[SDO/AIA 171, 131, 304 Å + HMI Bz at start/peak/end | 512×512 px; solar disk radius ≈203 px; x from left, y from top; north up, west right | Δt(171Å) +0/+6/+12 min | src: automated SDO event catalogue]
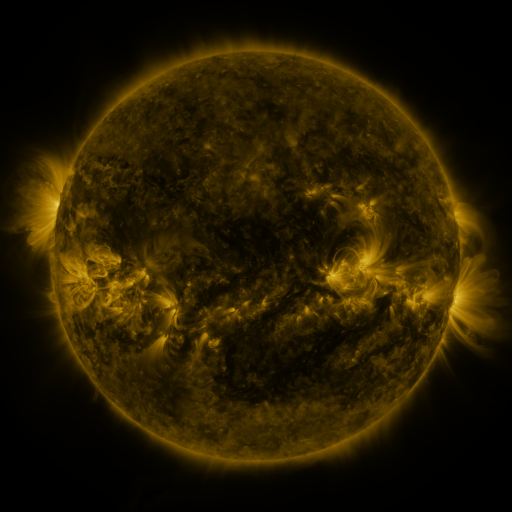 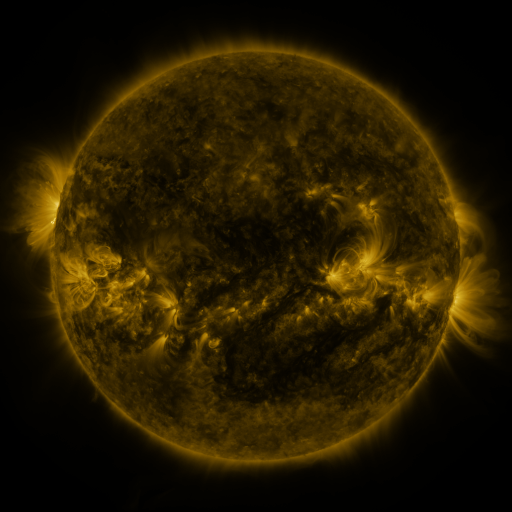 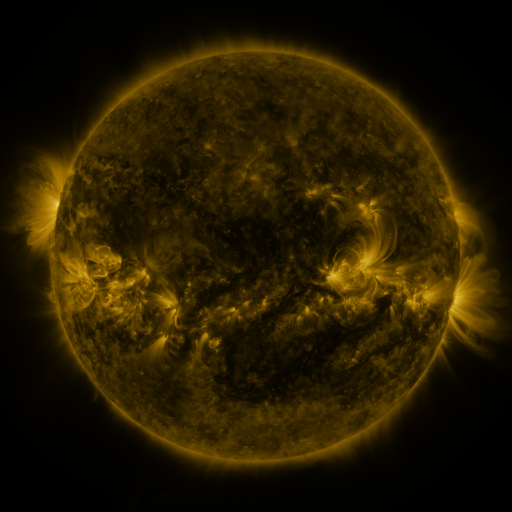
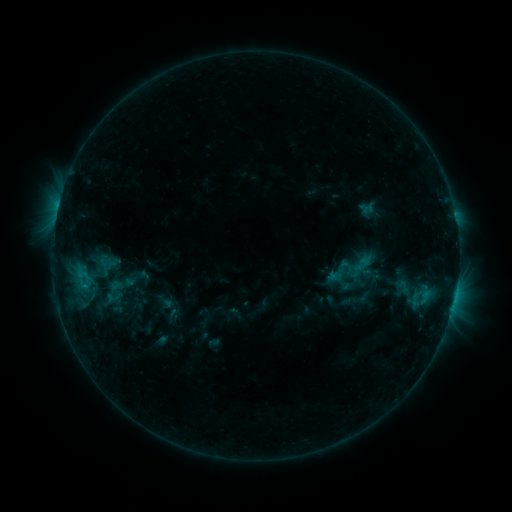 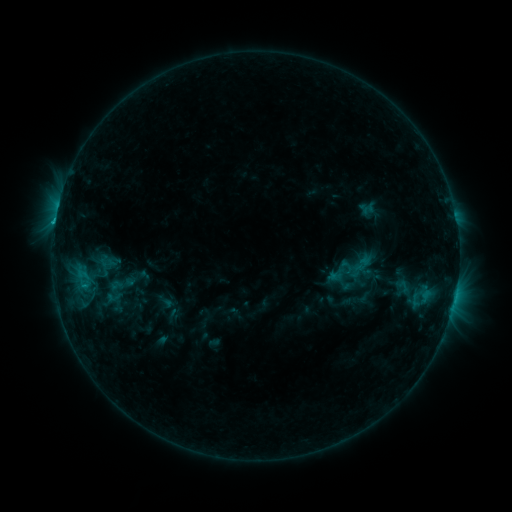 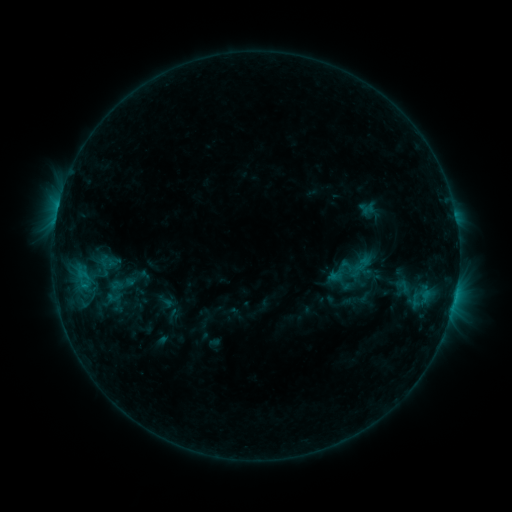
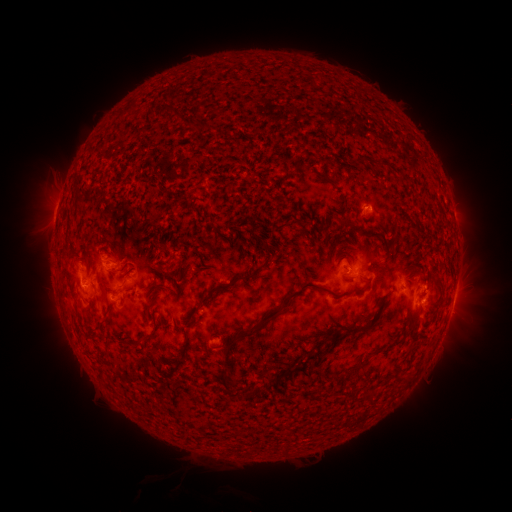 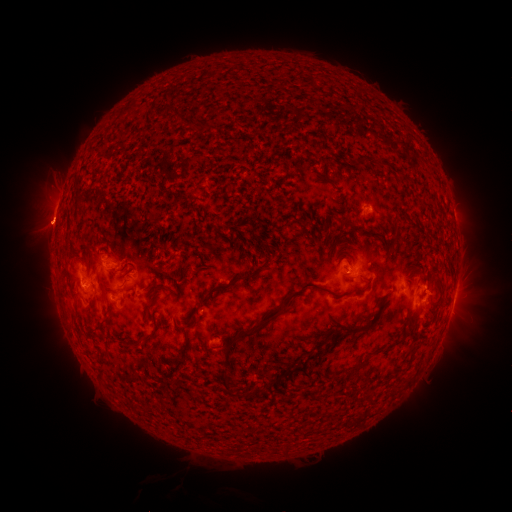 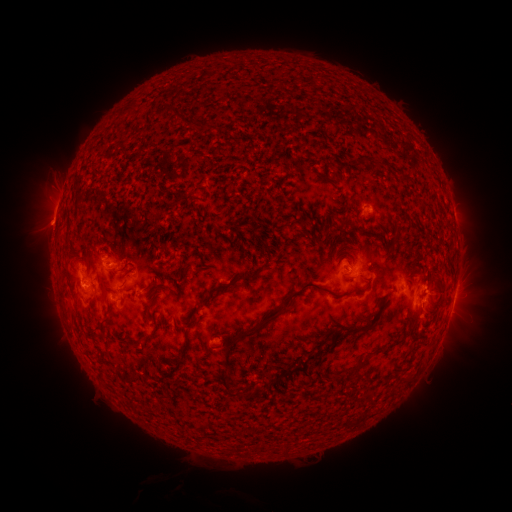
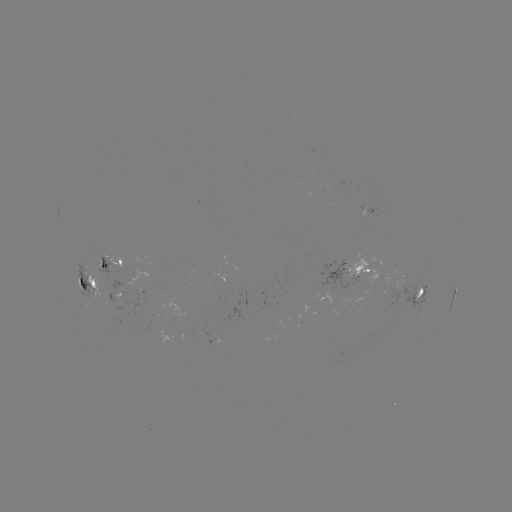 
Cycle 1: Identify eruption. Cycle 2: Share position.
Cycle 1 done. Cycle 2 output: (46, 229).